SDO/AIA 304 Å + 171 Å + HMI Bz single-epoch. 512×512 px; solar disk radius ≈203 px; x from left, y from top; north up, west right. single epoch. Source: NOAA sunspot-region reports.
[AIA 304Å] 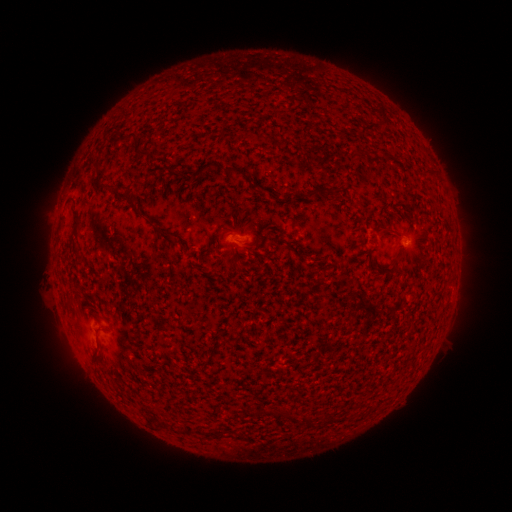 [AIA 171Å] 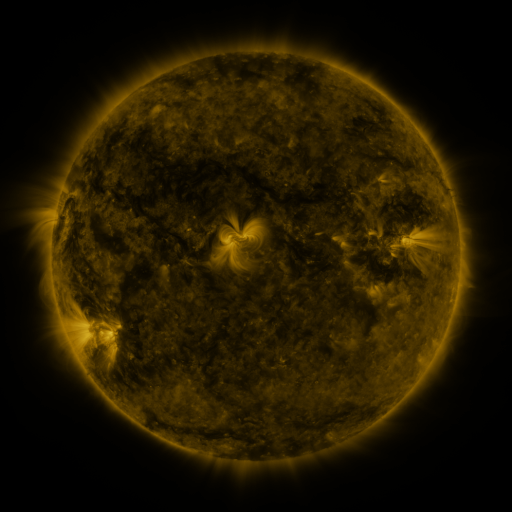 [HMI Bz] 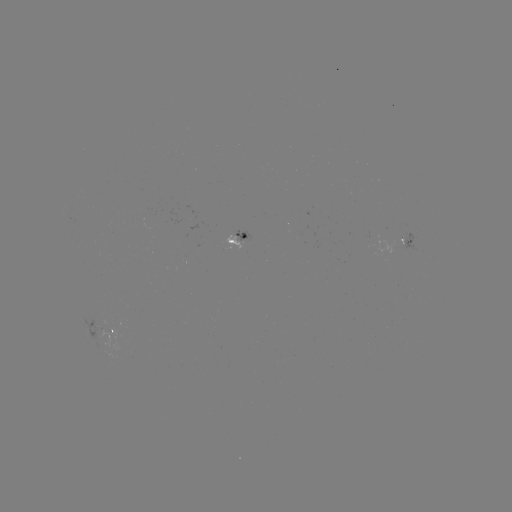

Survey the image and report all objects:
spotted active region: (242, 238)
spotted active region: (407, 240)
spotted active region: (115, 331)
